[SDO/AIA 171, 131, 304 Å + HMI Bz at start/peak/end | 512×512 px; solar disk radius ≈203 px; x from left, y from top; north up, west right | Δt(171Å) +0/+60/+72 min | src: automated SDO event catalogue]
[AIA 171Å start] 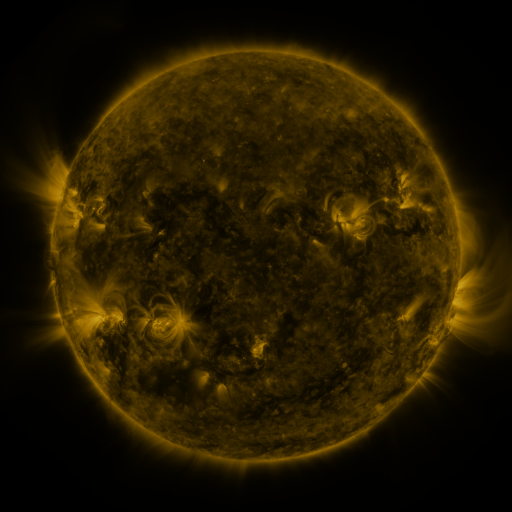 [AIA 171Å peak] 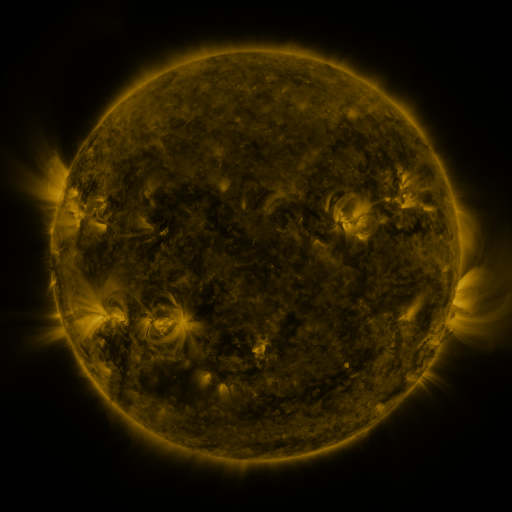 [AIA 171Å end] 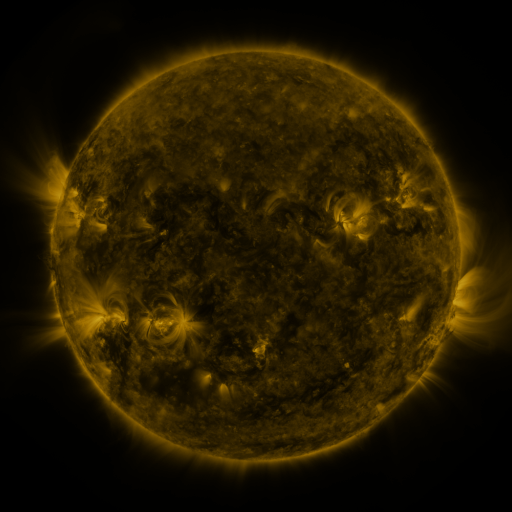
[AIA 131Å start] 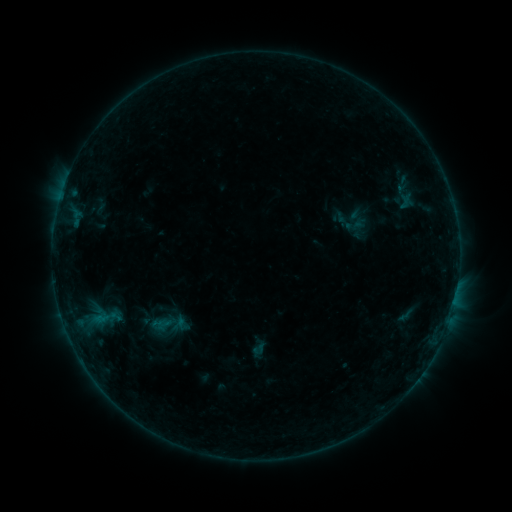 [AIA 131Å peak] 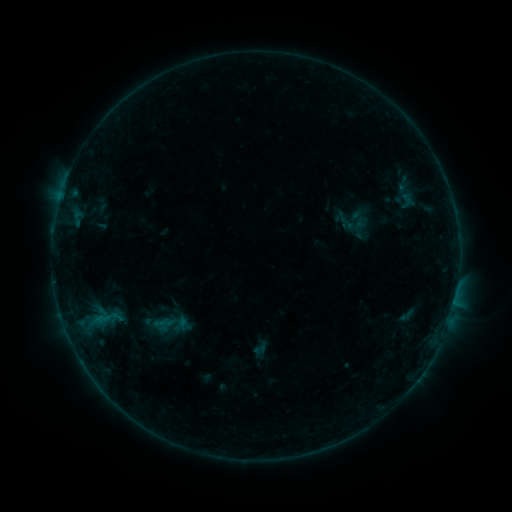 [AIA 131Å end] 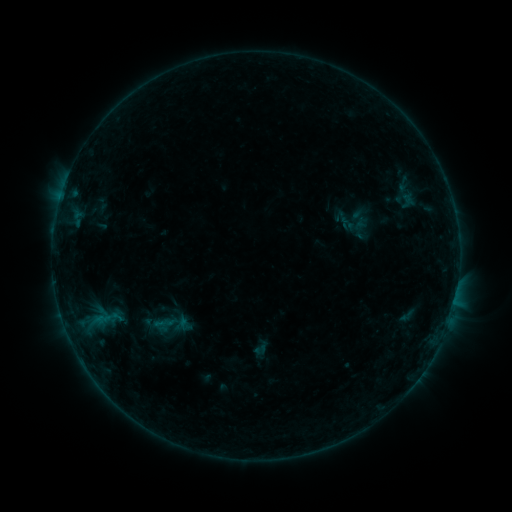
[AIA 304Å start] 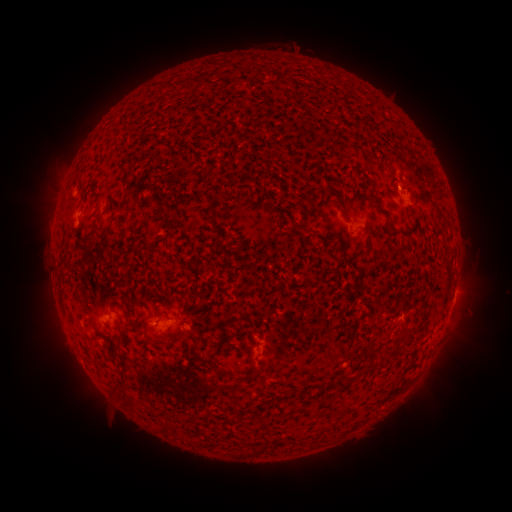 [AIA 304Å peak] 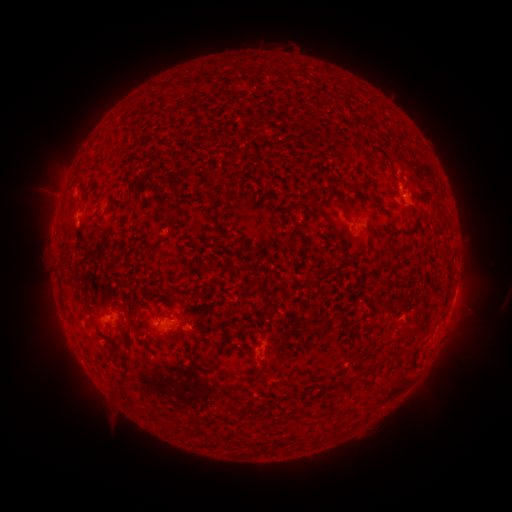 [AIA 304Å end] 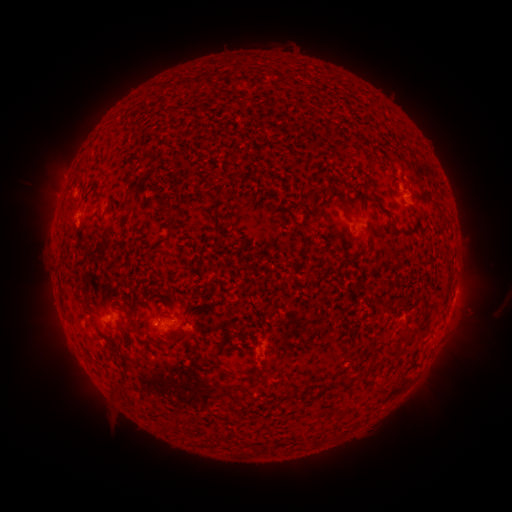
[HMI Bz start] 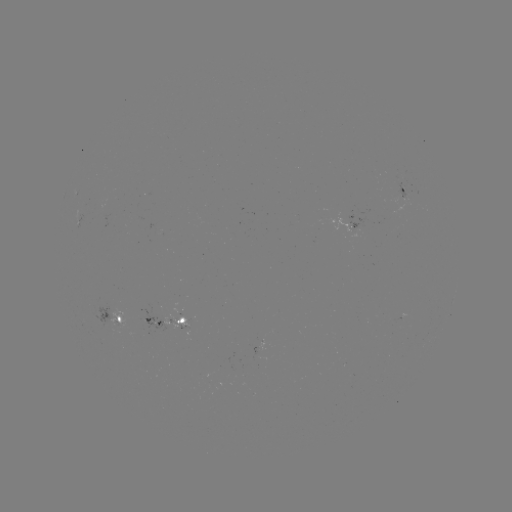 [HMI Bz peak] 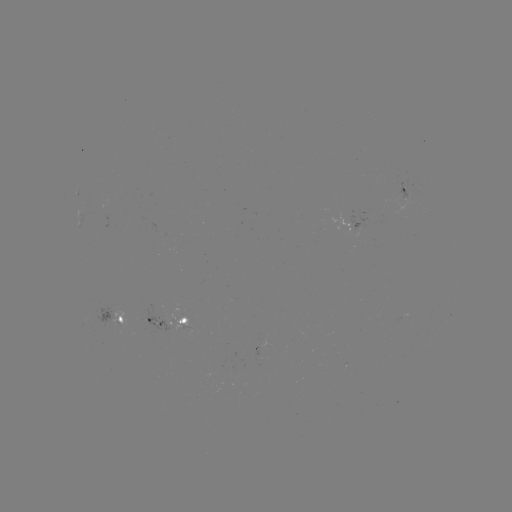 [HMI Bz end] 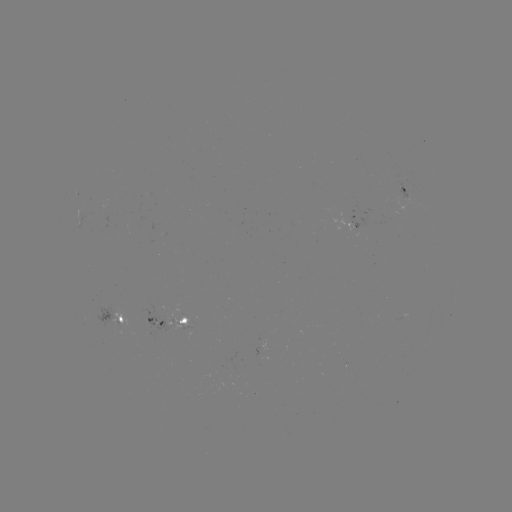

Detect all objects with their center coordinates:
emerging-flux region: (397, 195)
